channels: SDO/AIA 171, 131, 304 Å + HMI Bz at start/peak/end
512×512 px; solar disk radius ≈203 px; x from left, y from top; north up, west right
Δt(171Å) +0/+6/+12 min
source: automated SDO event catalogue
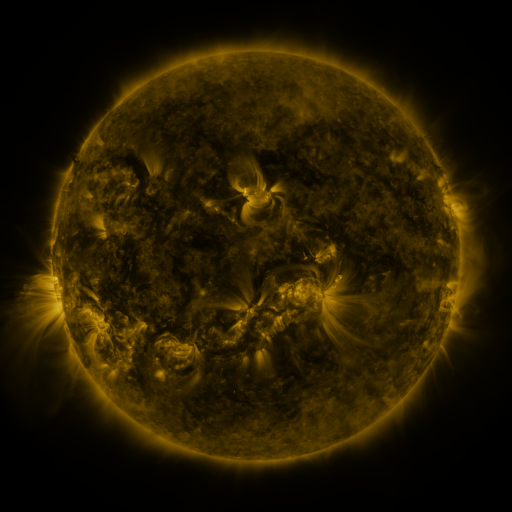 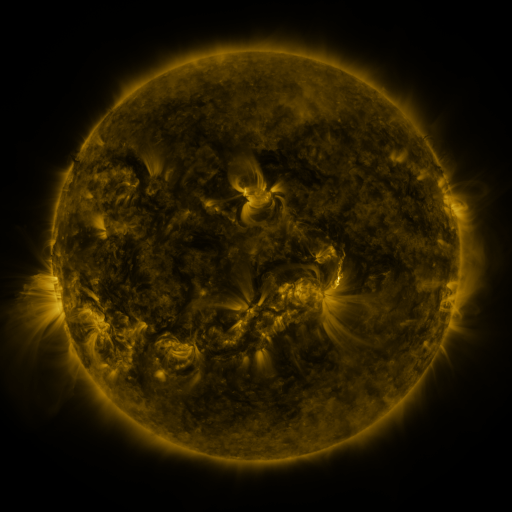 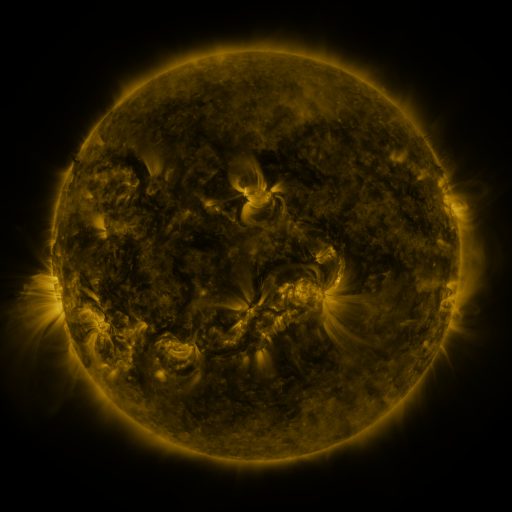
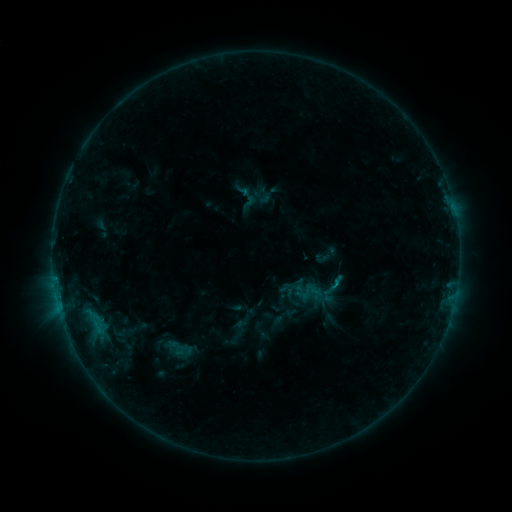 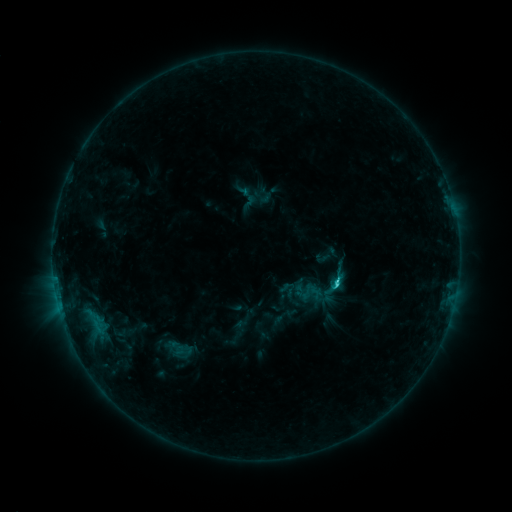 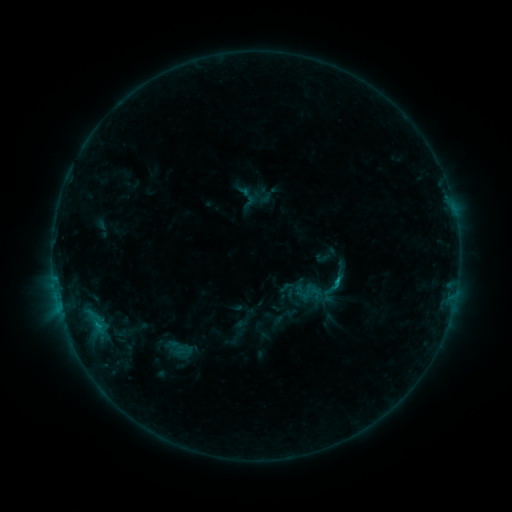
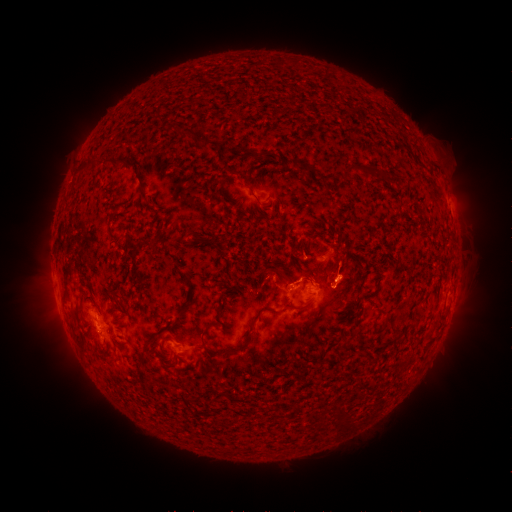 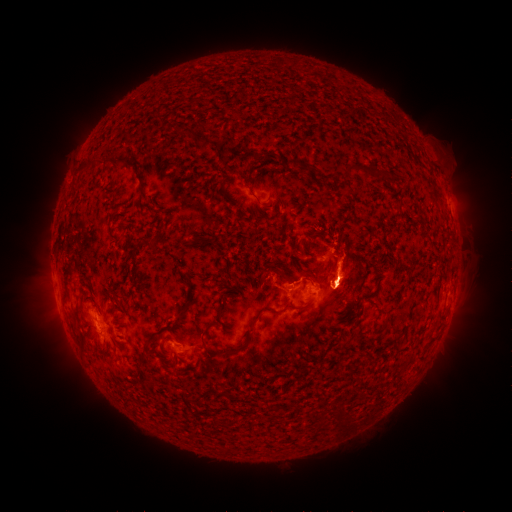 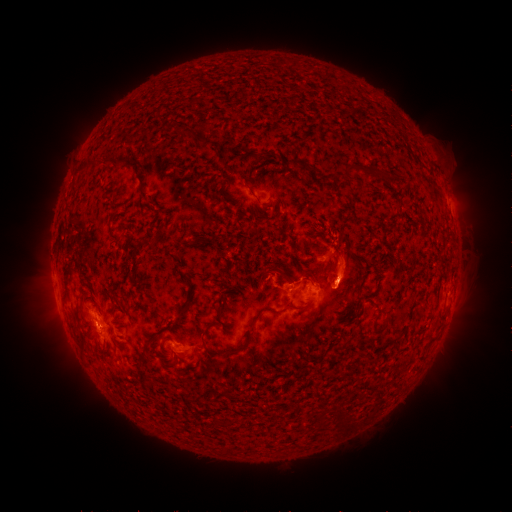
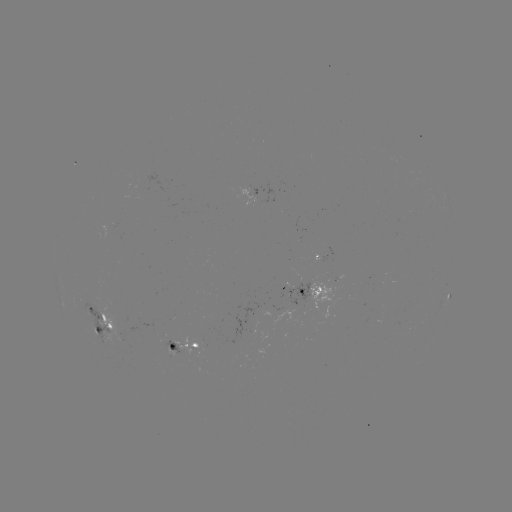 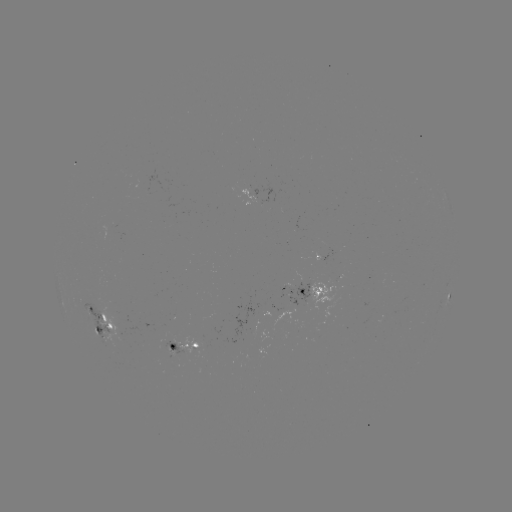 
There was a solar flare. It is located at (335, 284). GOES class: C1.5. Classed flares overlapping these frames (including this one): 1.